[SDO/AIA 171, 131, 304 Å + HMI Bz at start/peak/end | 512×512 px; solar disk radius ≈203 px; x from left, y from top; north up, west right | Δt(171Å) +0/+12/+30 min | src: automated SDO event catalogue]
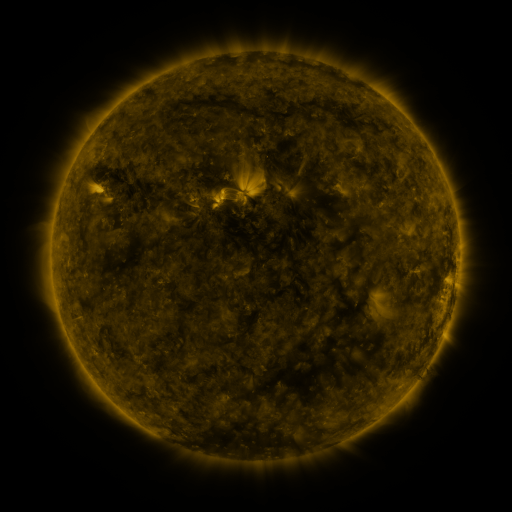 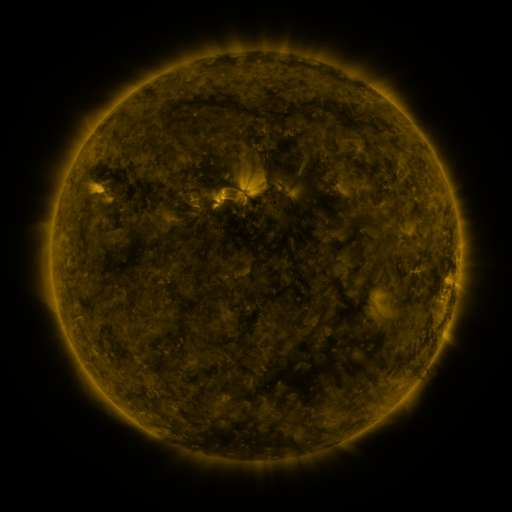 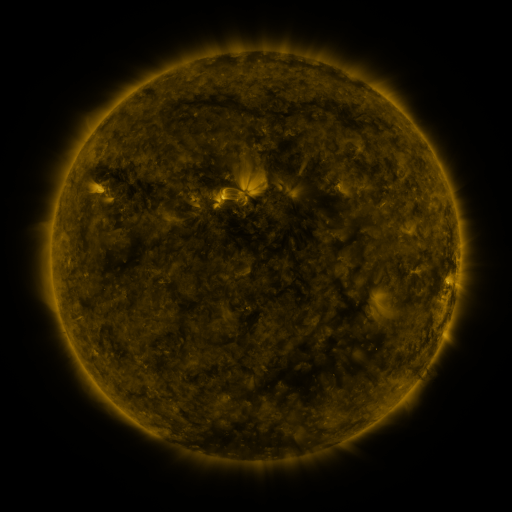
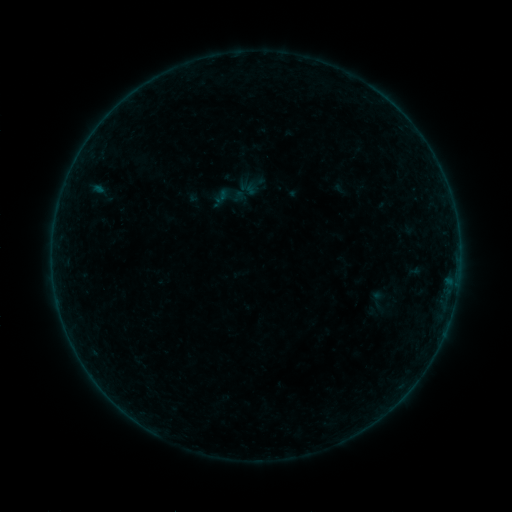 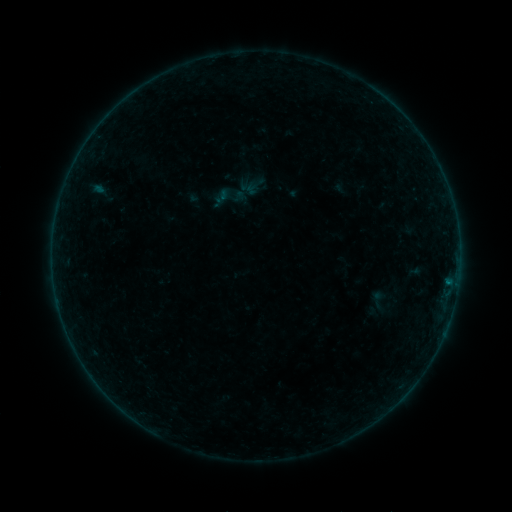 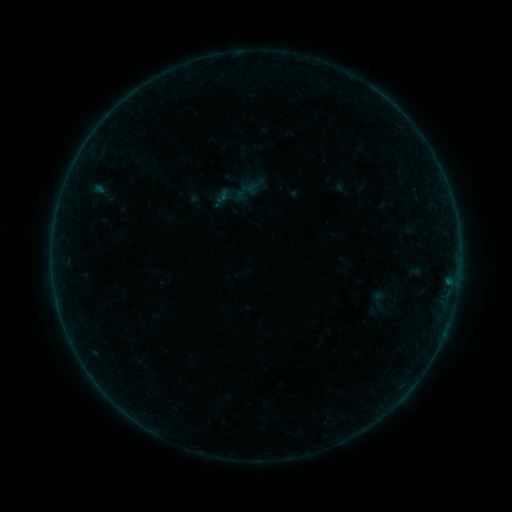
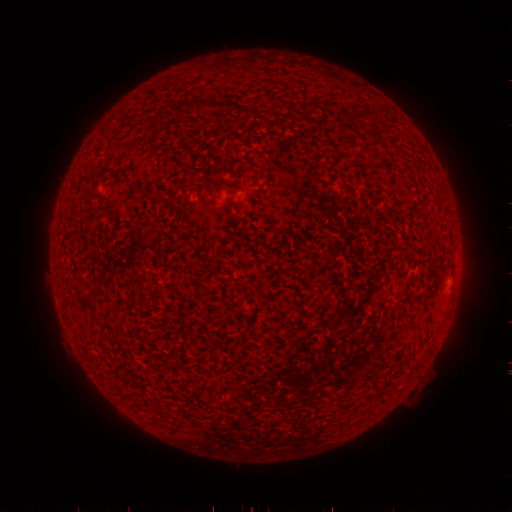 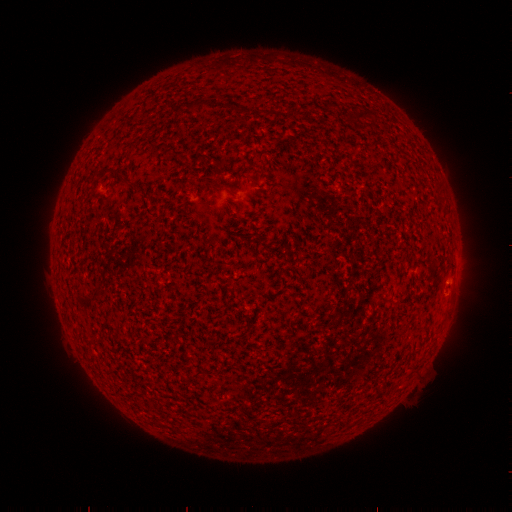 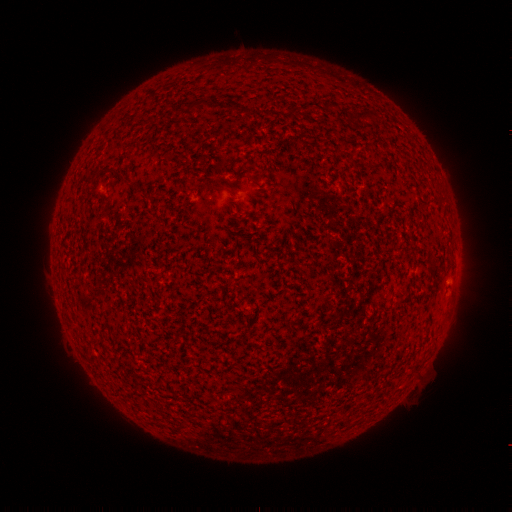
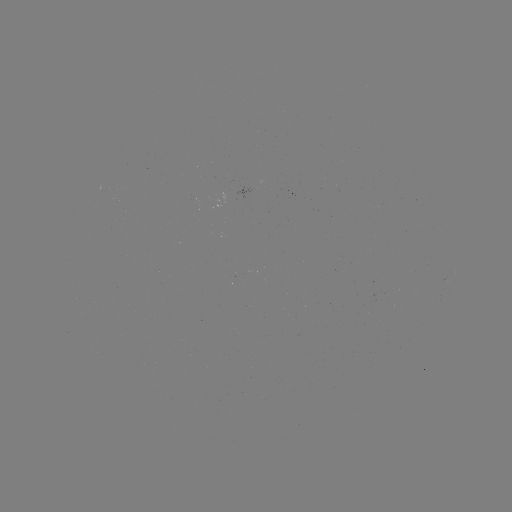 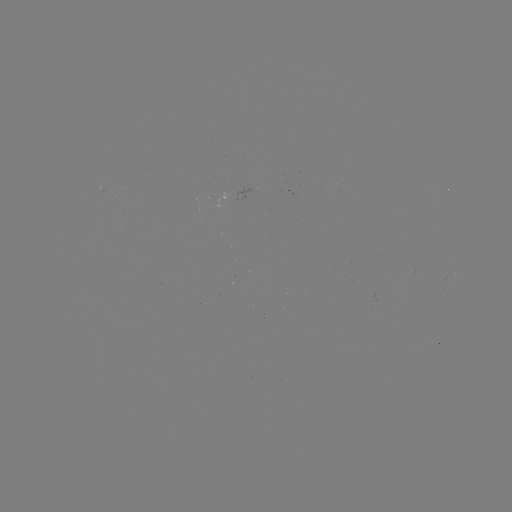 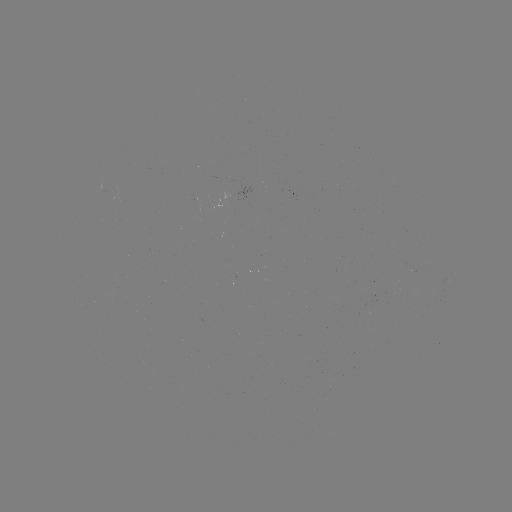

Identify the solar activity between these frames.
B1.2 flare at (447, 280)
